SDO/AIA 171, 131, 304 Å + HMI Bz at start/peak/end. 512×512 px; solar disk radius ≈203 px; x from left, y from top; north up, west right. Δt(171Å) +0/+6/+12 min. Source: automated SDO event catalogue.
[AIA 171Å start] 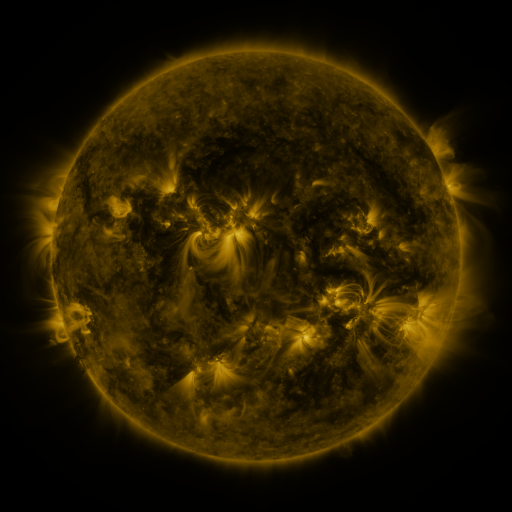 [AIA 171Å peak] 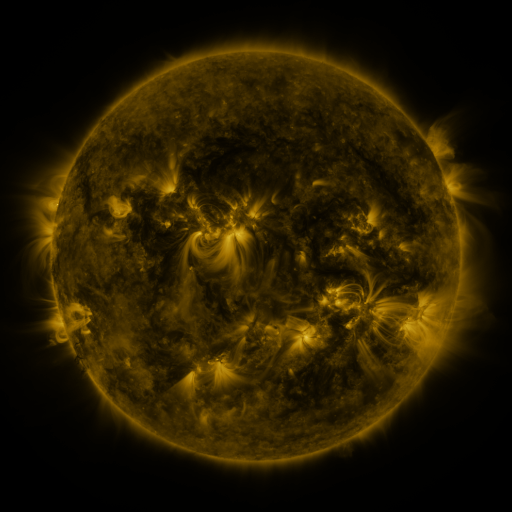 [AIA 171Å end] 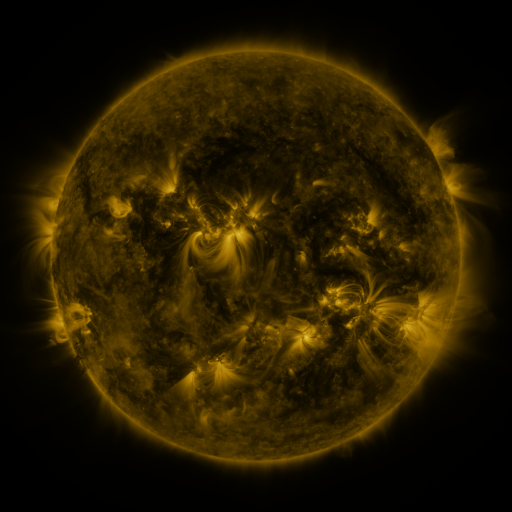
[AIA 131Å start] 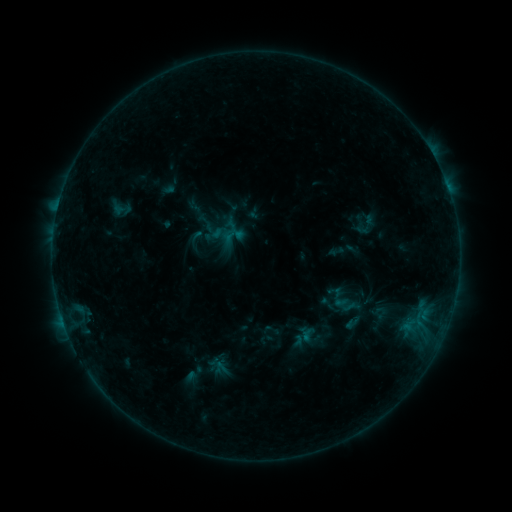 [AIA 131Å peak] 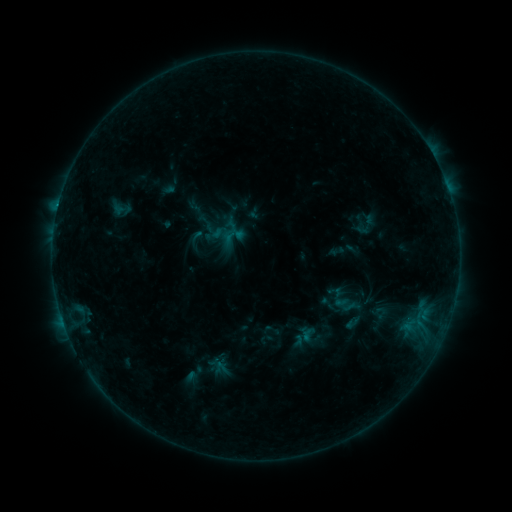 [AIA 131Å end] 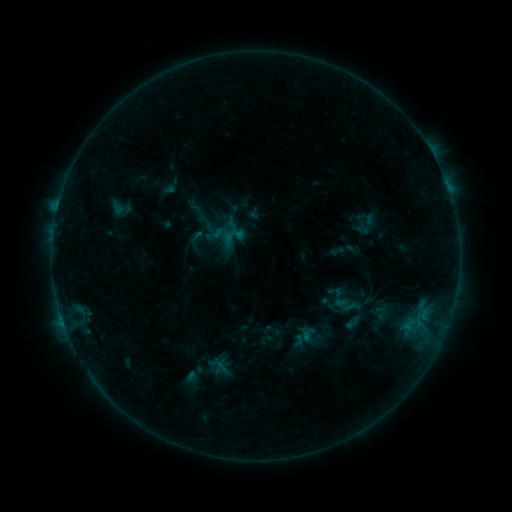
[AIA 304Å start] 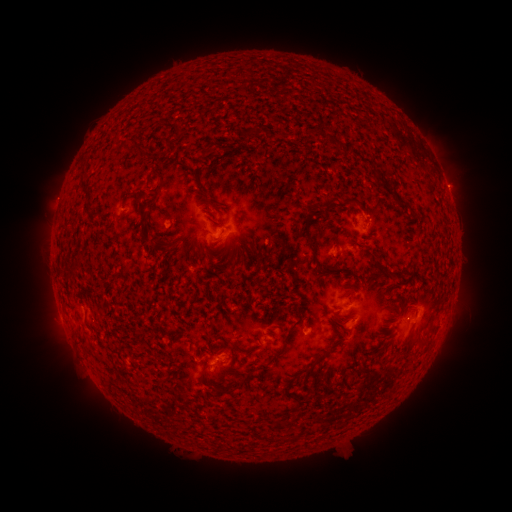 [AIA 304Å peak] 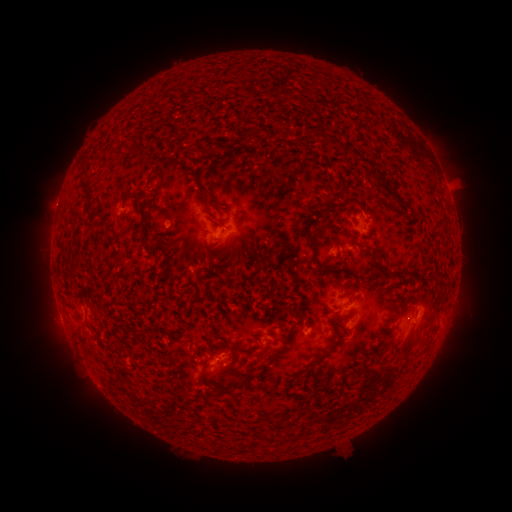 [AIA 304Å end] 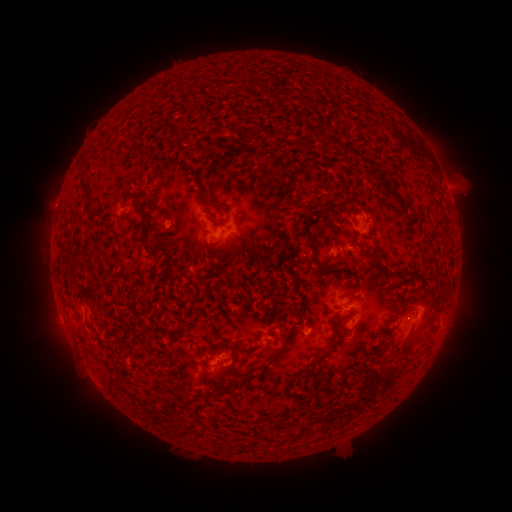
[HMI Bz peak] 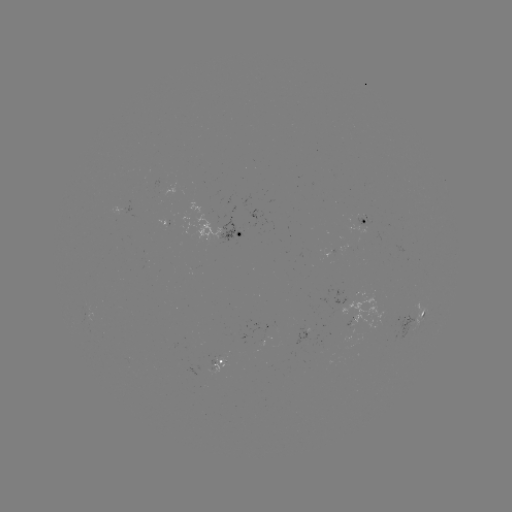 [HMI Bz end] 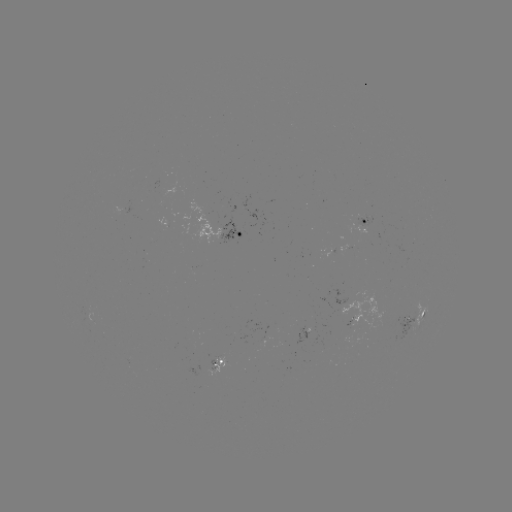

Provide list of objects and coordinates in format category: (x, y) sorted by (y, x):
eruption: (462, 183)
